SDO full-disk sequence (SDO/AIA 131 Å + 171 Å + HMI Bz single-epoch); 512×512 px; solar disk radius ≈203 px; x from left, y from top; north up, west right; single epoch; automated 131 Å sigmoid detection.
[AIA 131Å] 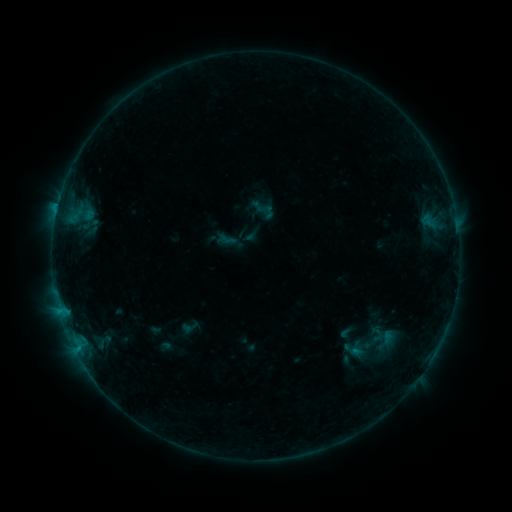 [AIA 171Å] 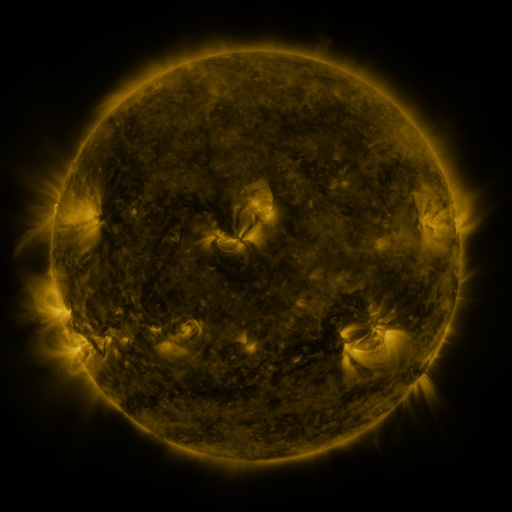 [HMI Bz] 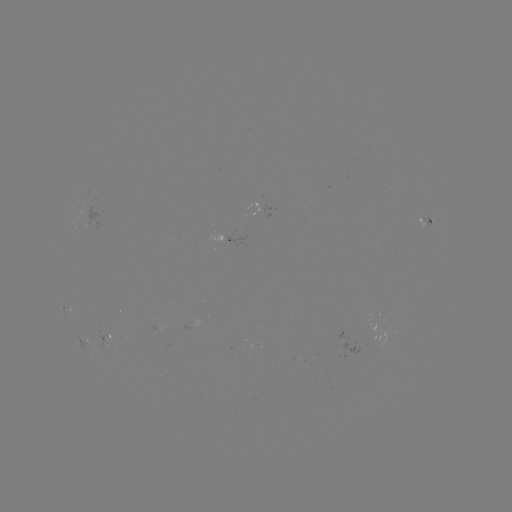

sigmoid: <bbox>179, 317, 201, 337</bbox>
